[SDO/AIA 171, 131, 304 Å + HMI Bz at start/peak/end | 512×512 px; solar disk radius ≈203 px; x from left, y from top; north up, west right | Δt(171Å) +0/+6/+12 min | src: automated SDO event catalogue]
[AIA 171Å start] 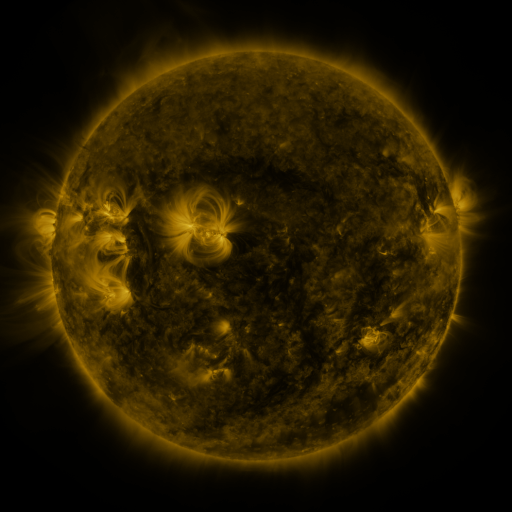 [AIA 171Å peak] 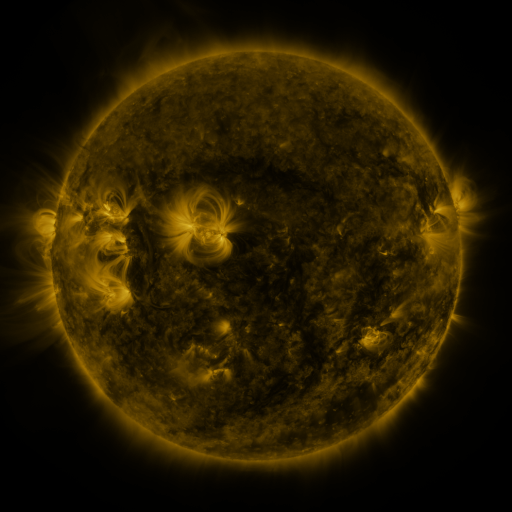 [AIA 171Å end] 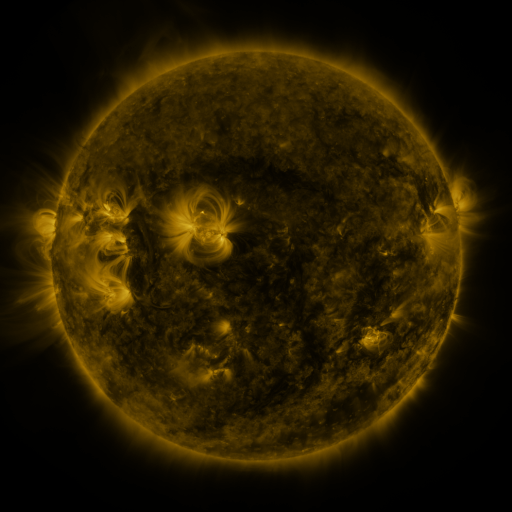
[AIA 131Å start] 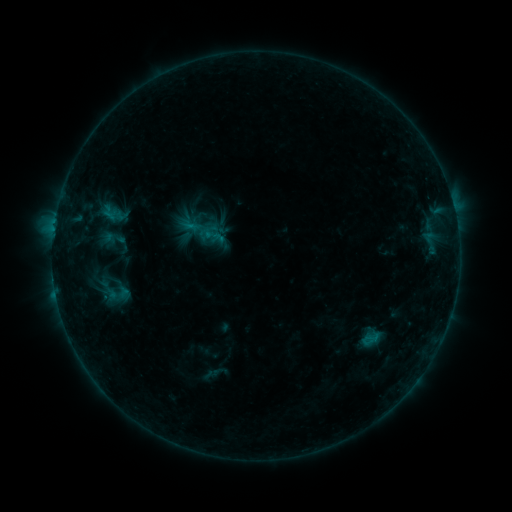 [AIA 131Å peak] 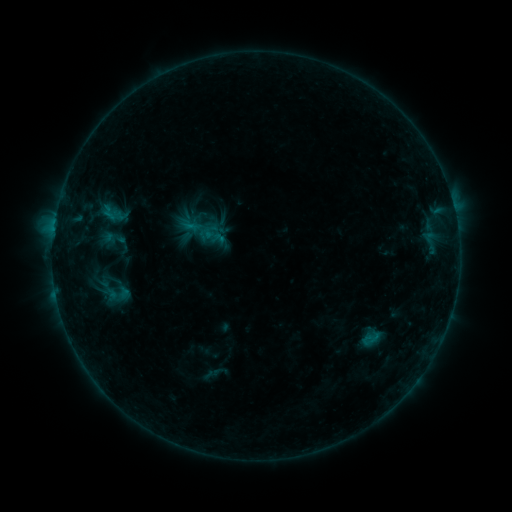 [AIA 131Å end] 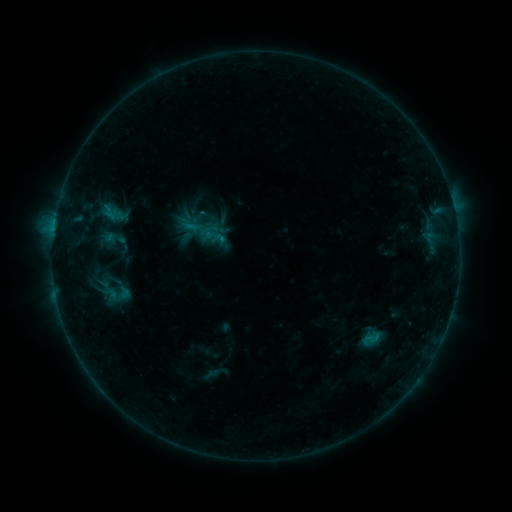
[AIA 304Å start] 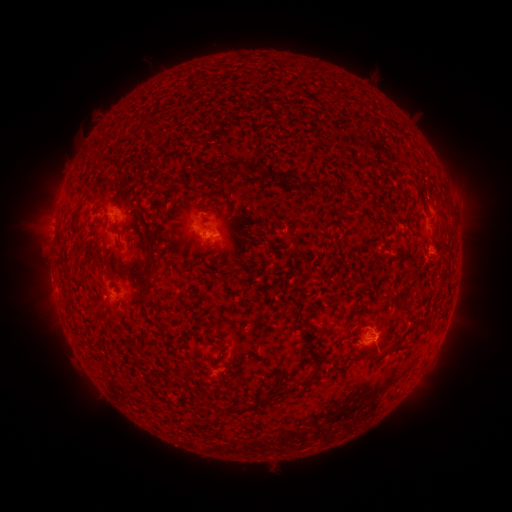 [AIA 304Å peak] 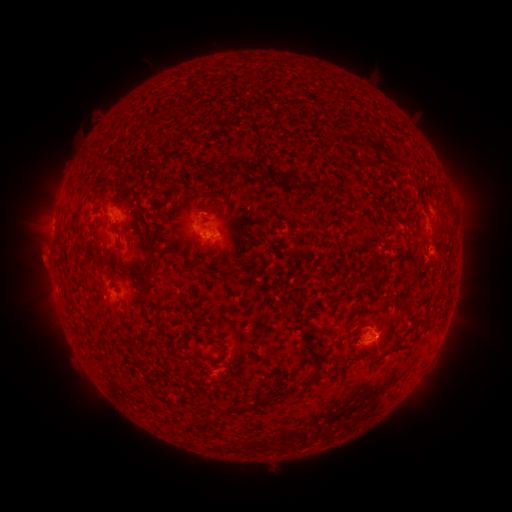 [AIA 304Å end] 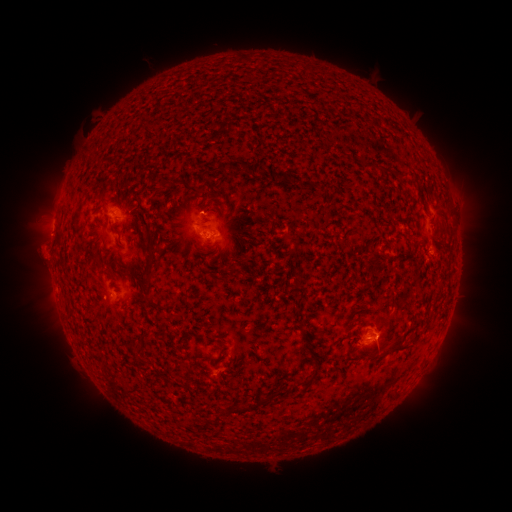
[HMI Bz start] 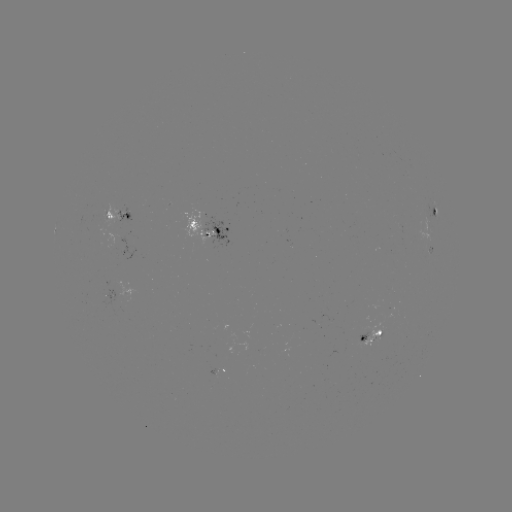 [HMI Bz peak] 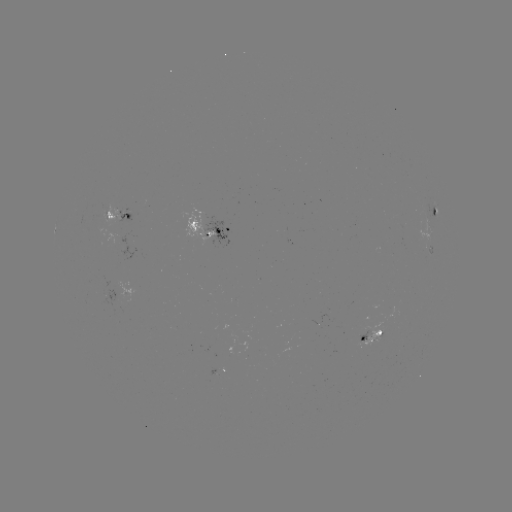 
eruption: [16, 240, 78, 309]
